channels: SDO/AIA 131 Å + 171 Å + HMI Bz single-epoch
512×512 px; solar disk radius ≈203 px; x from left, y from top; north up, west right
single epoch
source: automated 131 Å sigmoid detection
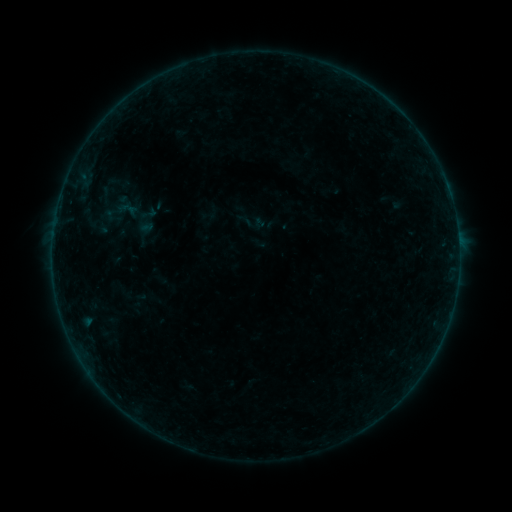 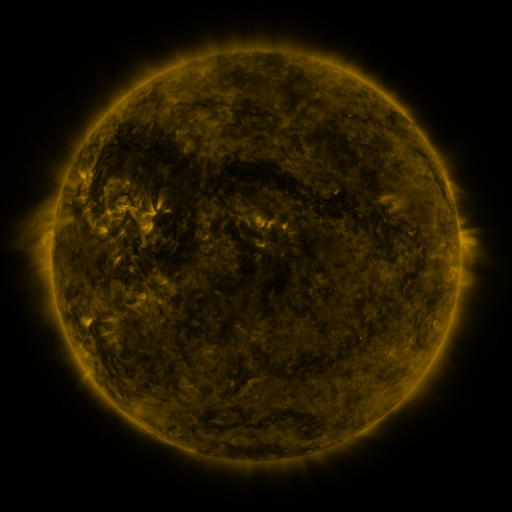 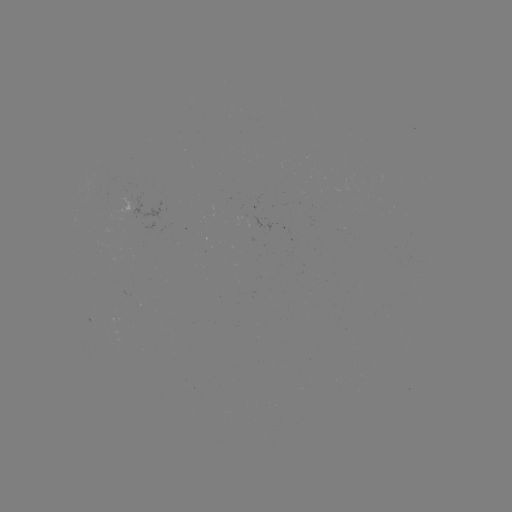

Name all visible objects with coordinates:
sigmoid: <bbox>236, 211, 254, 229</bbox>
